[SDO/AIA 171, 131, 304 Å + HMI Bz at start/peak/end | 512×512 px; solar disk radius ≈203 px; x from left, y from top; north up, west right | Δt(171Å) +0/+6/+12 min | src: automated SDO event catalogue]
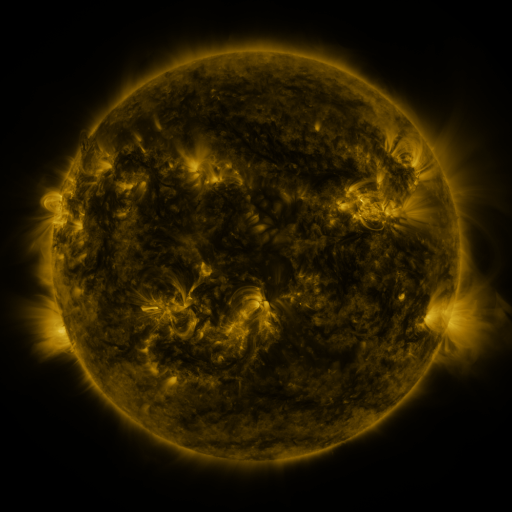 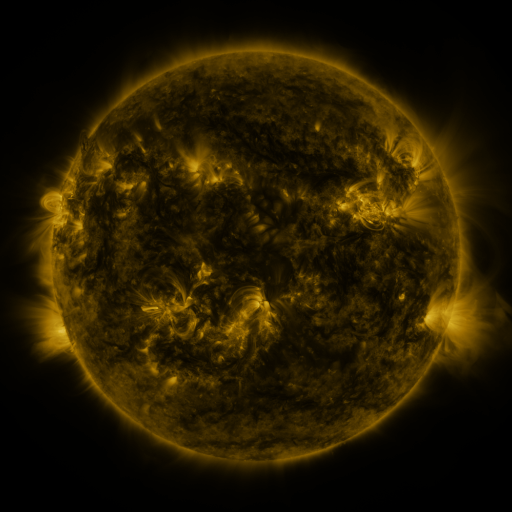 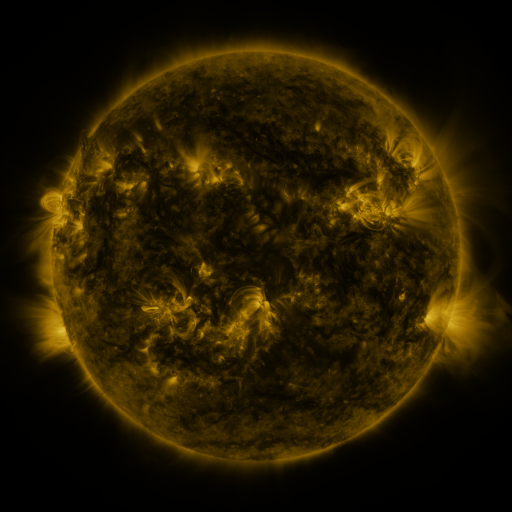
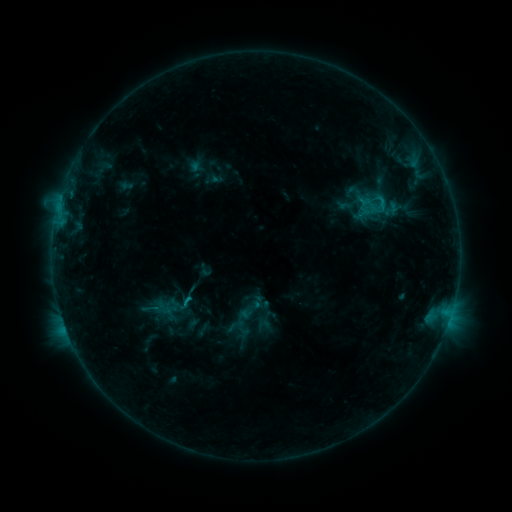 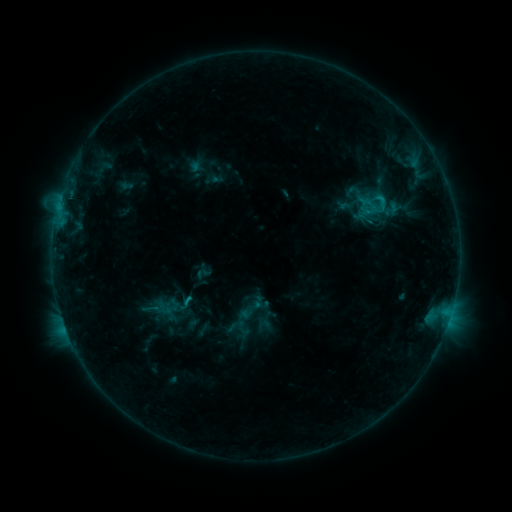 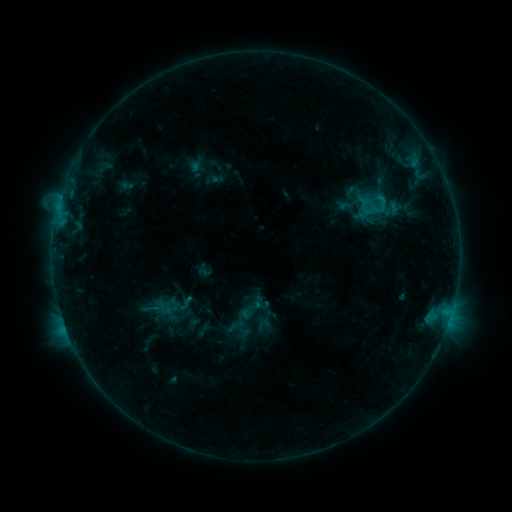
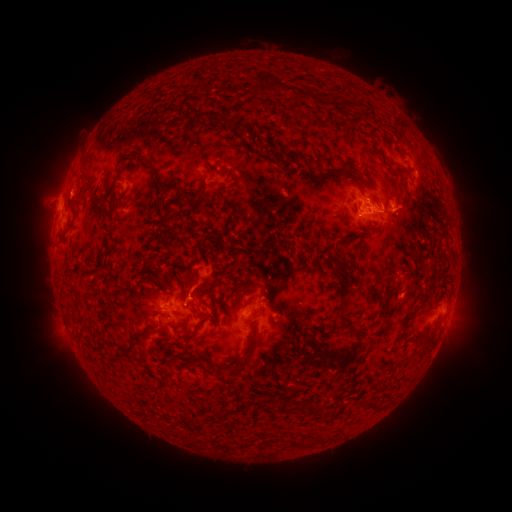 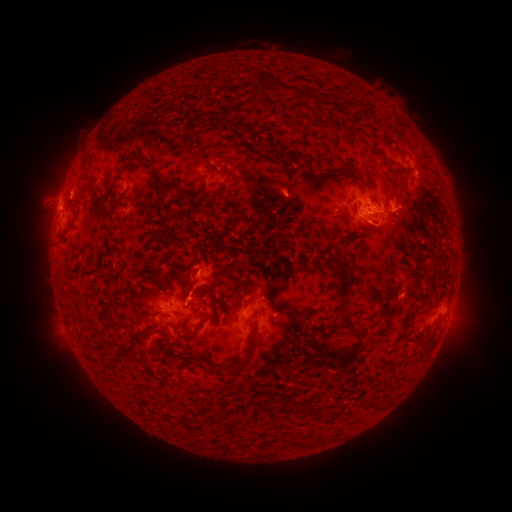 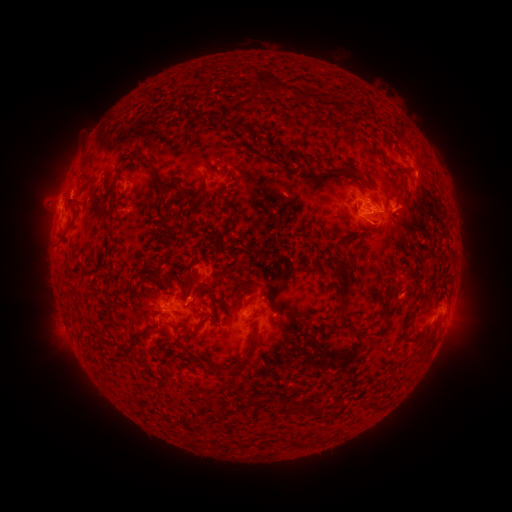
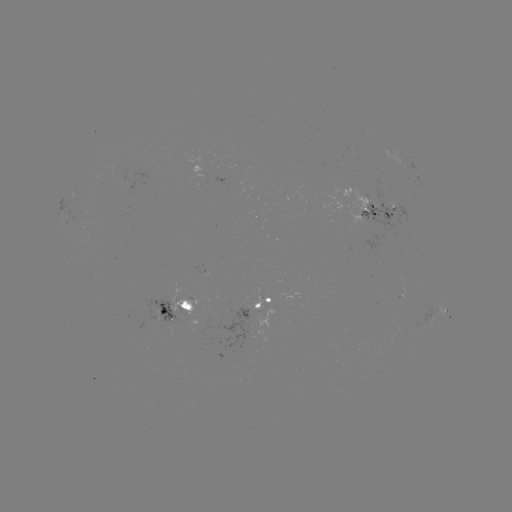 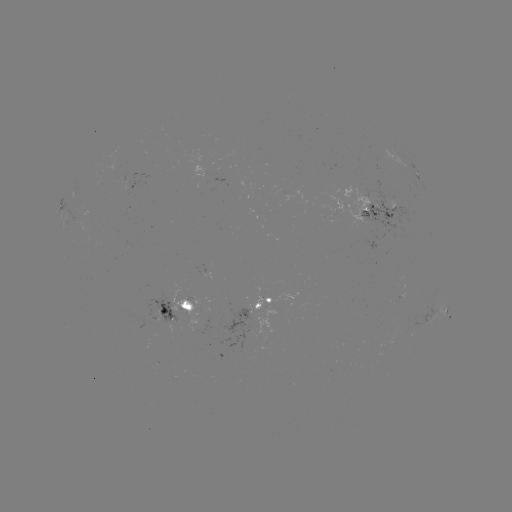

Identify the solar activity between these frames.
eruption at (192, 280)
